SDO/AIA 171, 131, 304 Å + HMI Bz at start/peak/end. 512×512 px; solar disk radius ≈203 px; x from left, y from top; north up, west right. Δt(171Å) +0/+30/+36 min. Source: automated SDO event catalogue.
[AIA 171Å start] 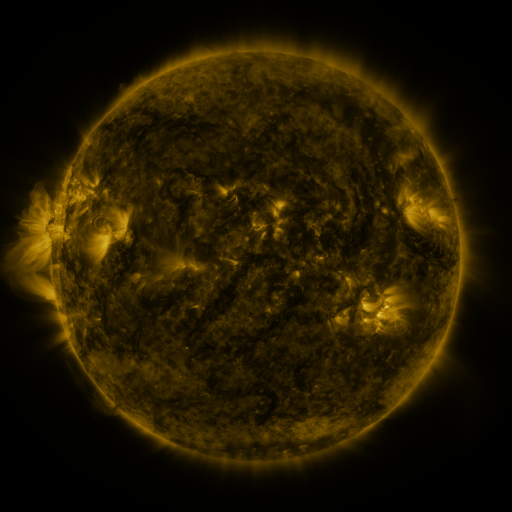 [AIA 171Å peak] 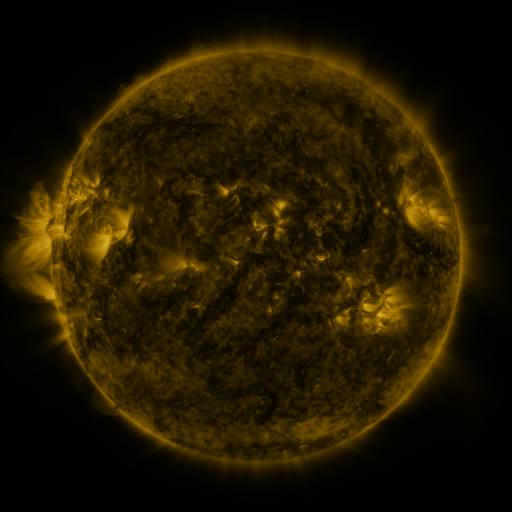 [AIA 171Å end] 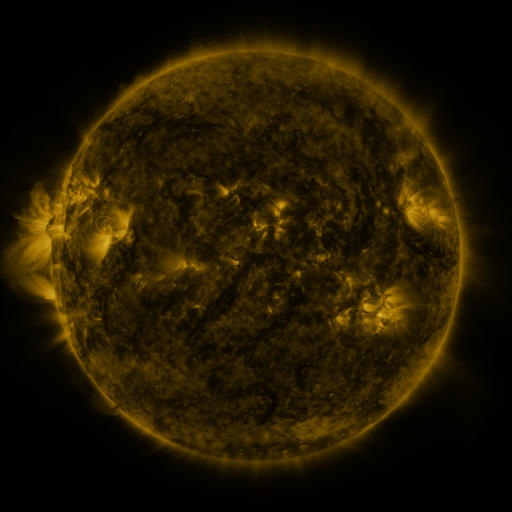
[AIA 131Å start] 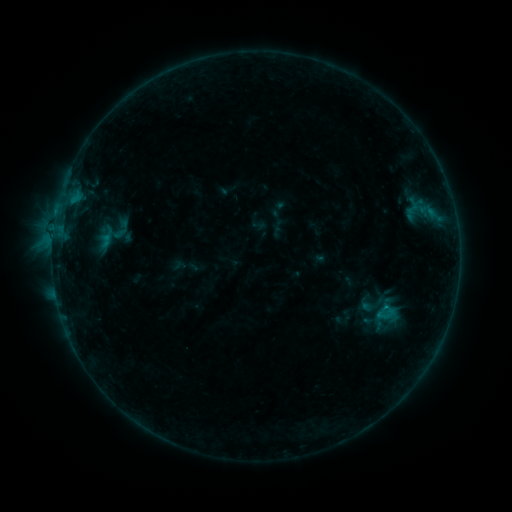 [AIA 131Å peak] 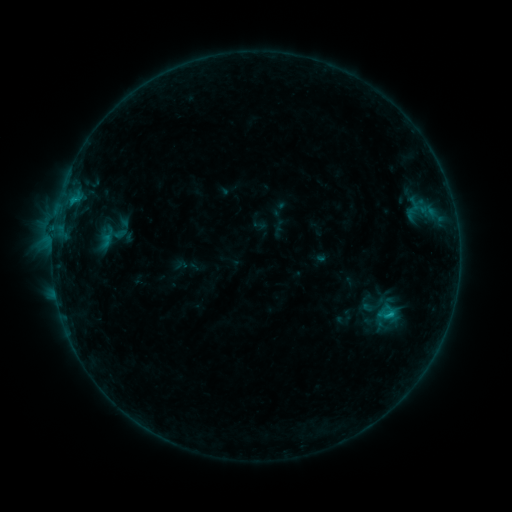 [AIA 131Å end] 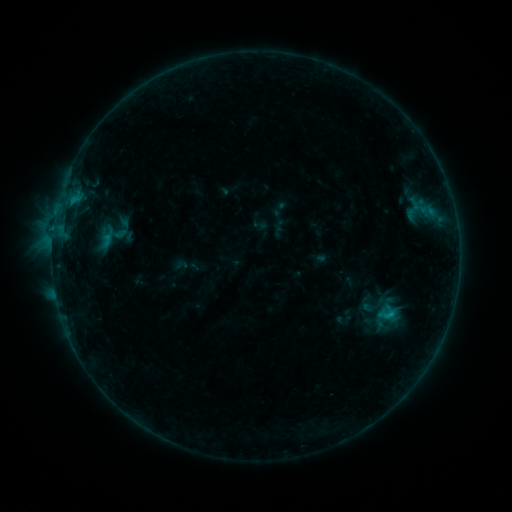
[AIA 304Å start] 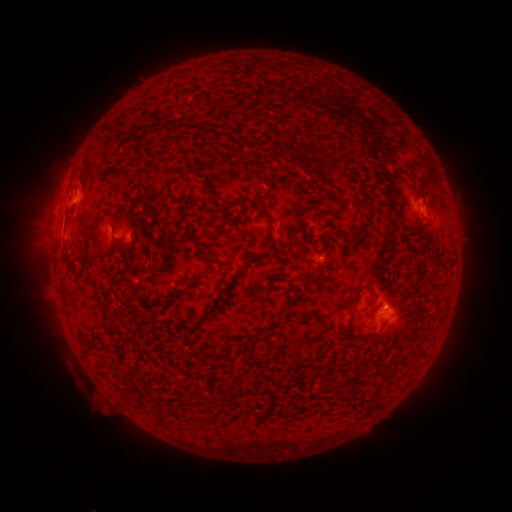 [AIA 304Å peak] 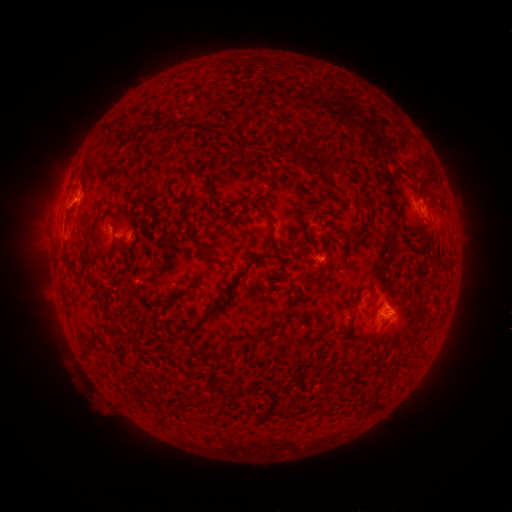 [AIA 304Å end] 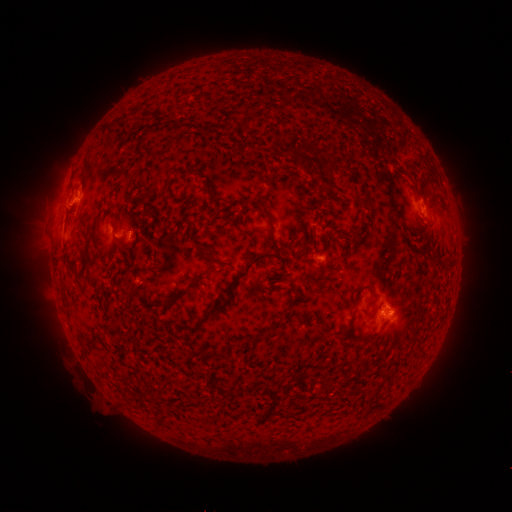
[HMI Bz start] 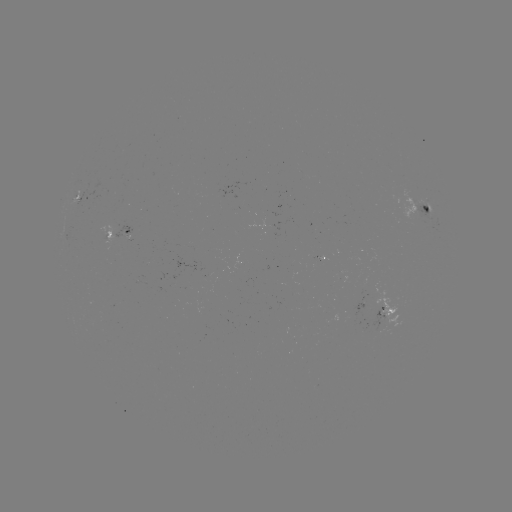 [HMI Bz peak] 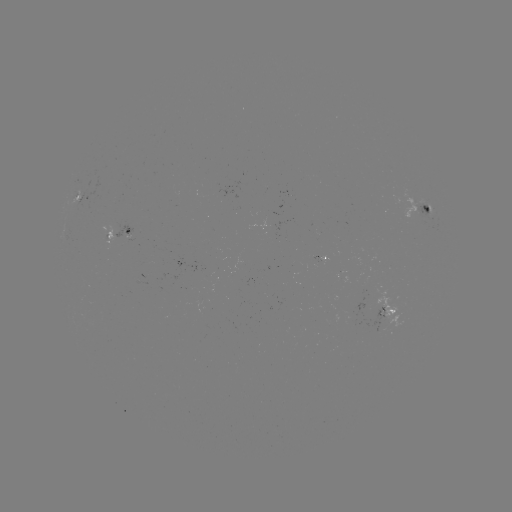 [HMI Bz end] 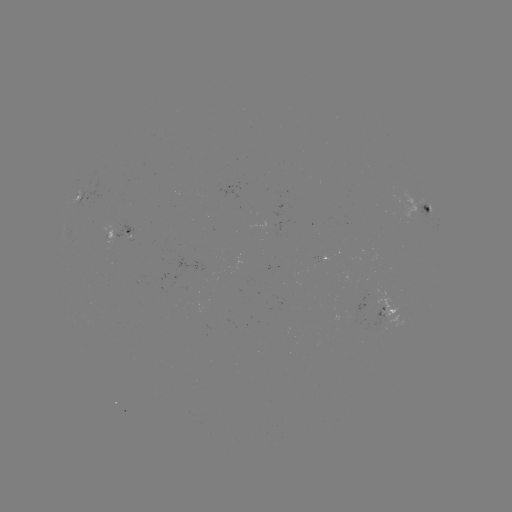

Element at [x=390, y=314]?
B7.8 flare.